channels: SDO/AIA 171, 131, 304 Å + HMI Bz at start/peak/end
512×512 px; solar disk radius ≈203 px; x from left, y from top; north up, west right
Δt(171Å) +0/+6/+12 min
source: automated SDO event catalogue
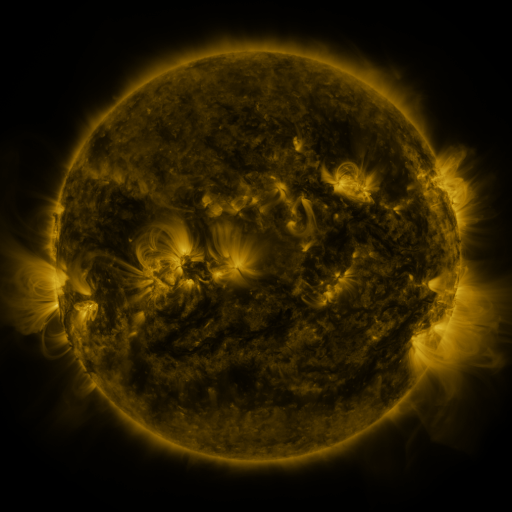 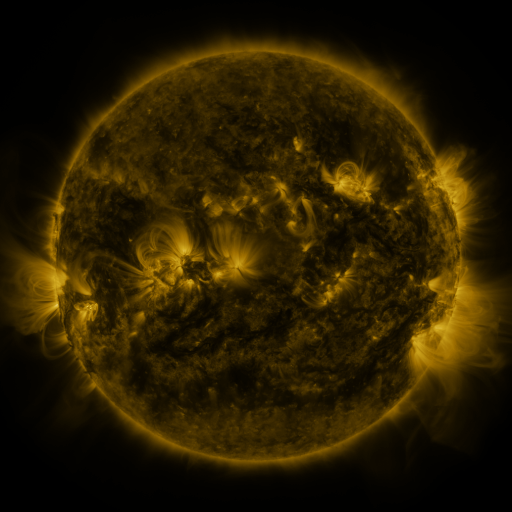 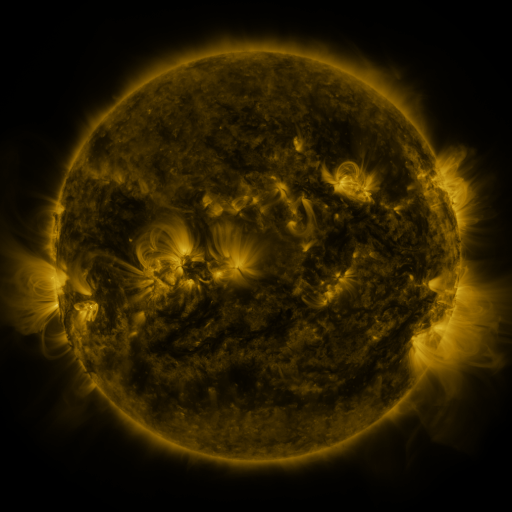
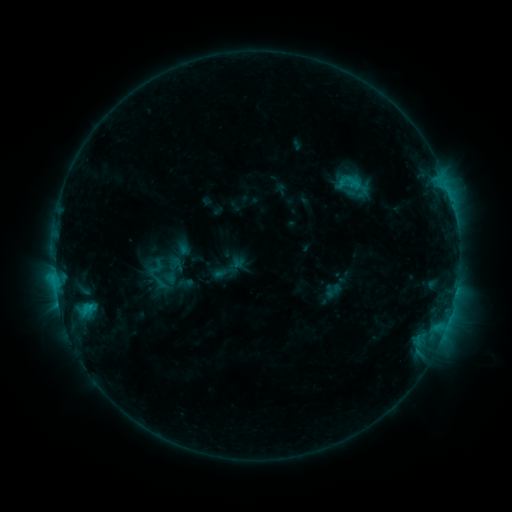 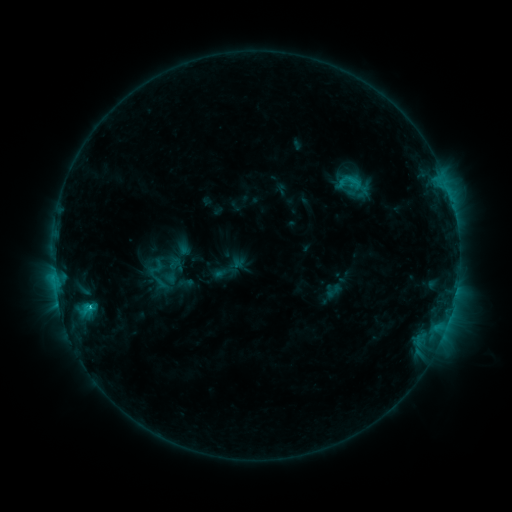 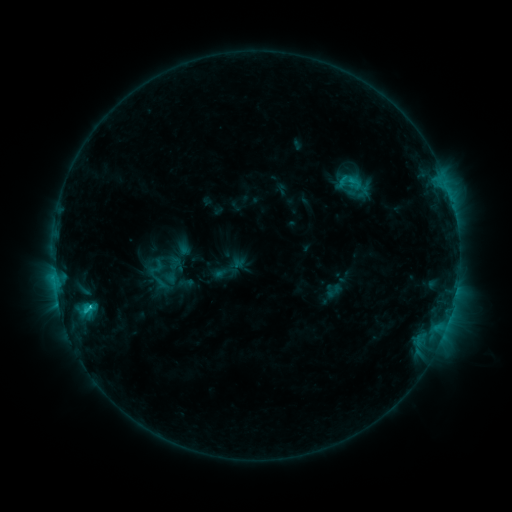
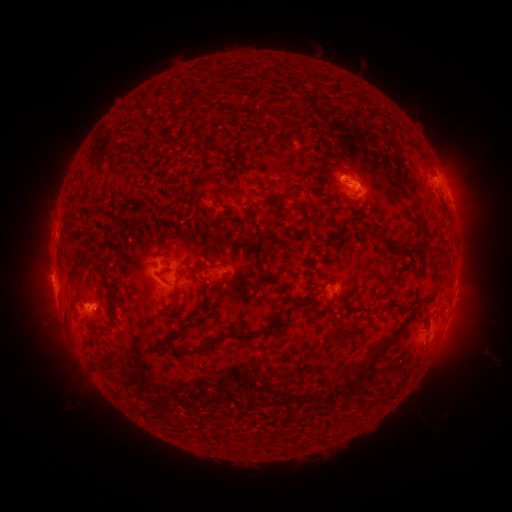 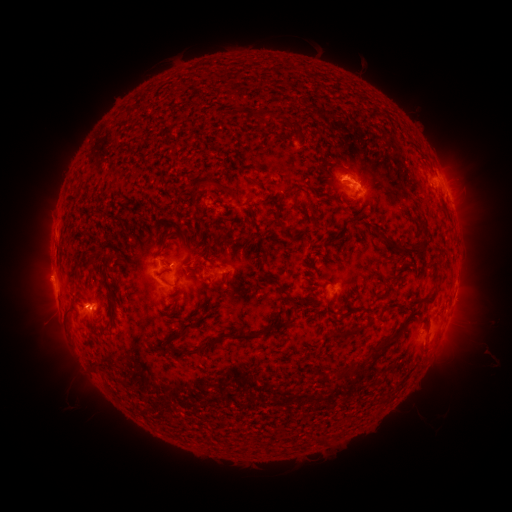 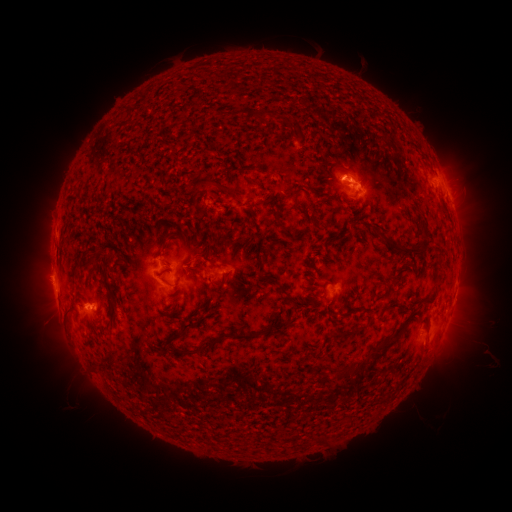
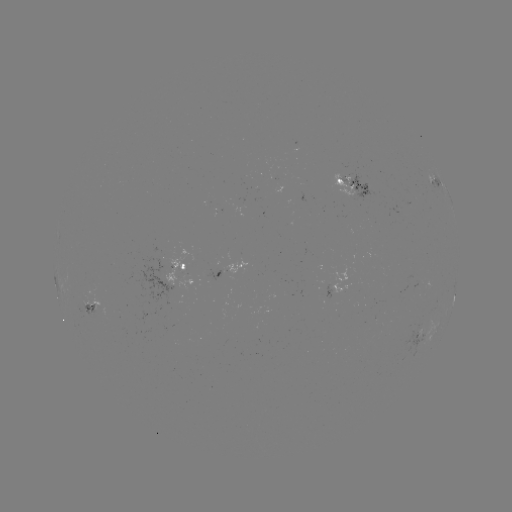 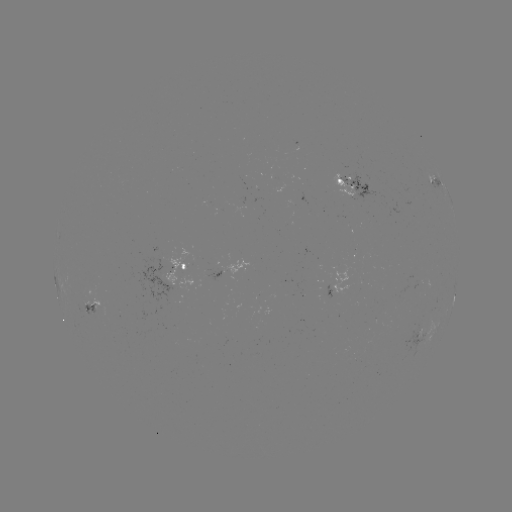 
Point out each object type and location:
C1.9 flare: (91, 305)
